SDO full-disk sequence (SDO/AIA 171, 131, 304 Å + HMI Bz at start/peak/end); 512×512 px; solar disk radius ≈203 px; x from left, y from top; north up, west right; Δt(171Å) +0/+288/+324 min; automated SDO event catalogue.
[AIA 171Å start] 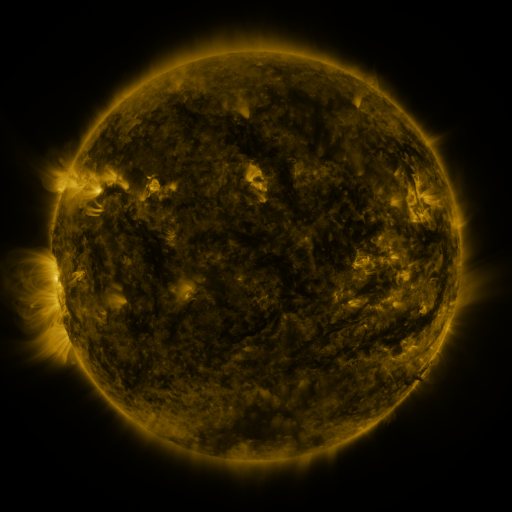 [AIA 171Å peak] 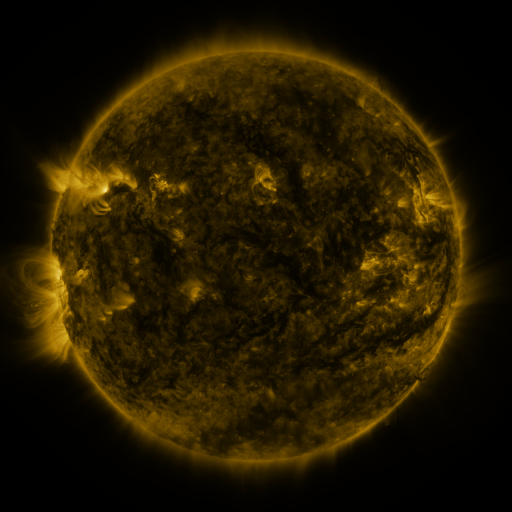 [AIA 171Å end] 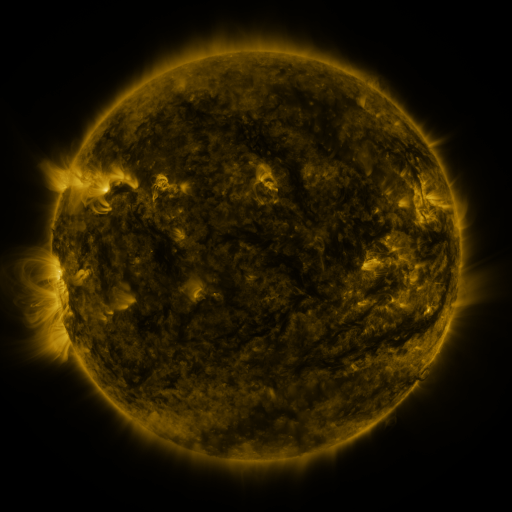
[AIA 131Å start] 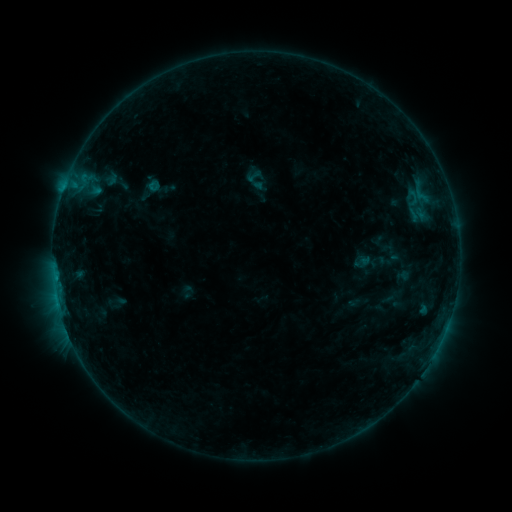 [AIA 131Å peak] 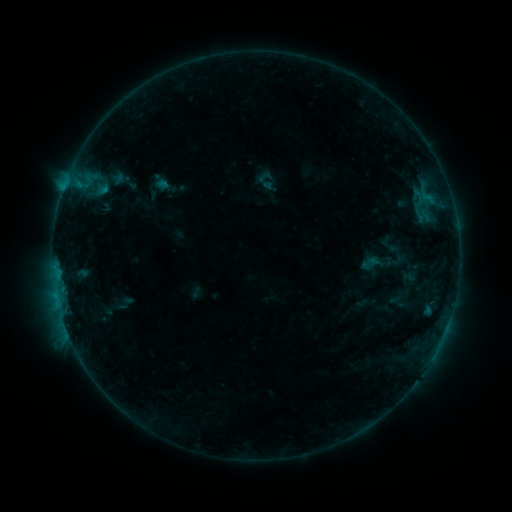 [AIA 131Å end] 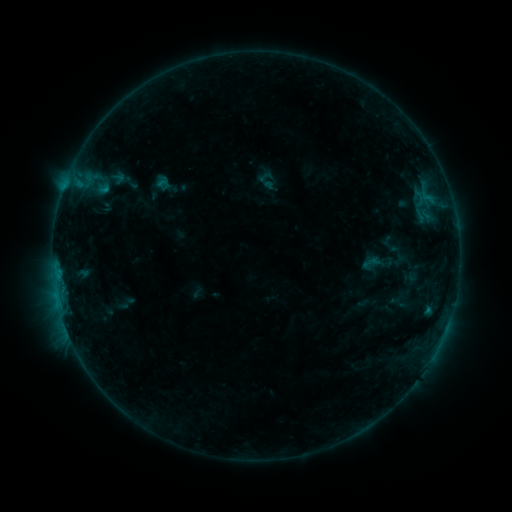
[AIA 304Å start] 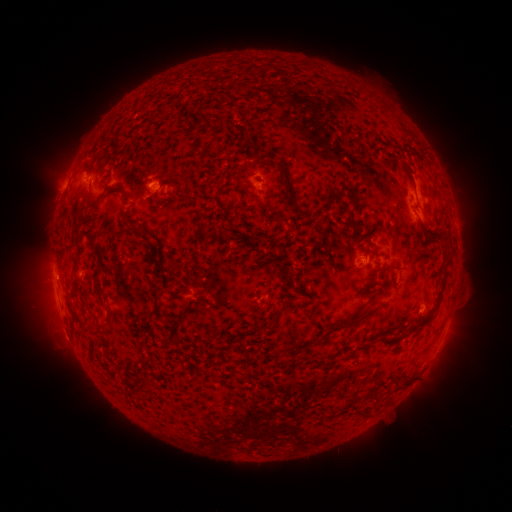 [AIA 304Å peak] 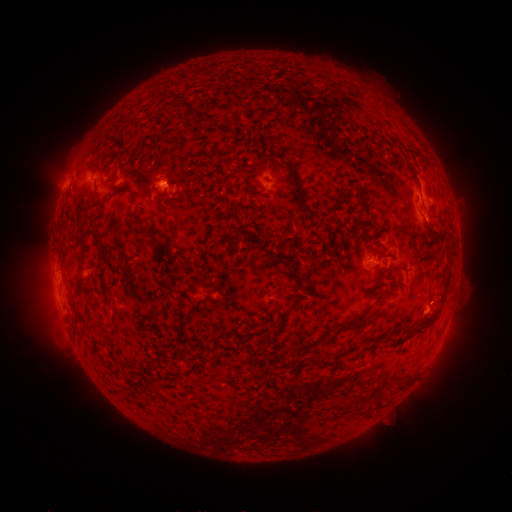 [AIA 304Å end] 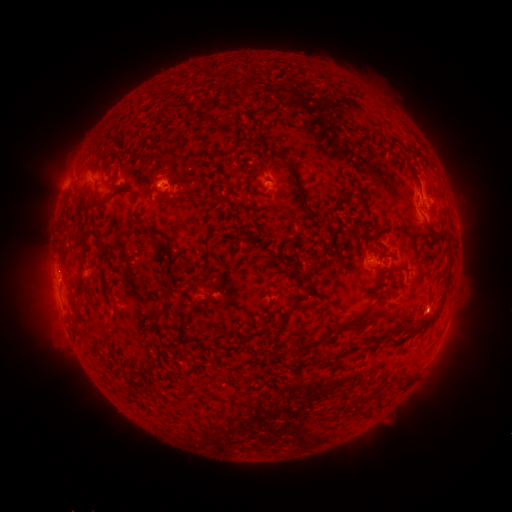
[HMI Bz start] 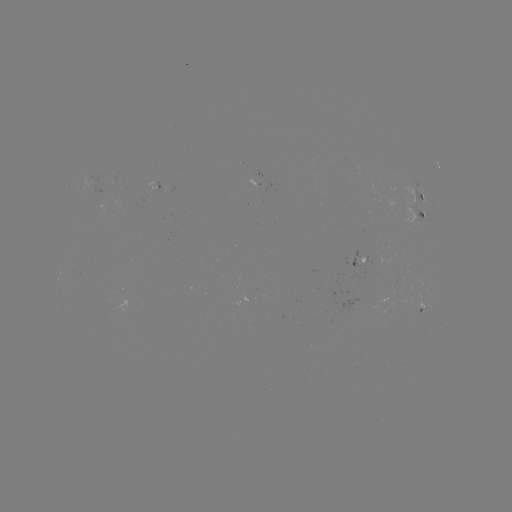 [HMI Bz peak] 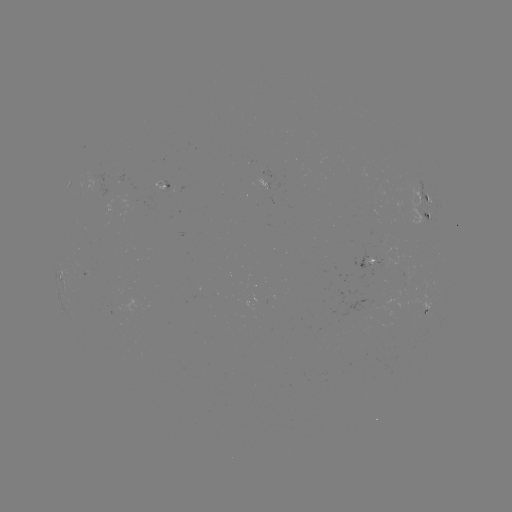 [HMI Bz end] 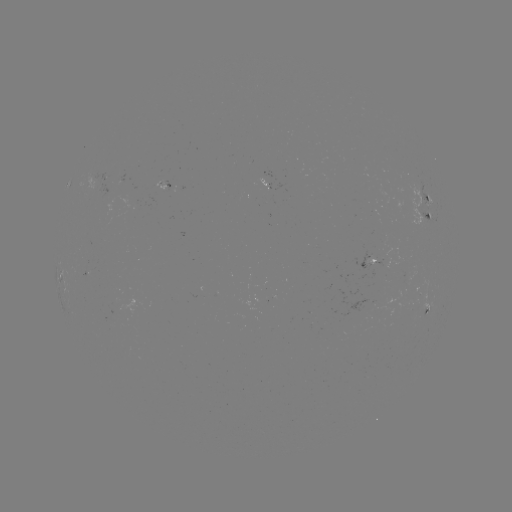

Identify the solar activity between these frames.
emerging-flux region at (369, 264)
